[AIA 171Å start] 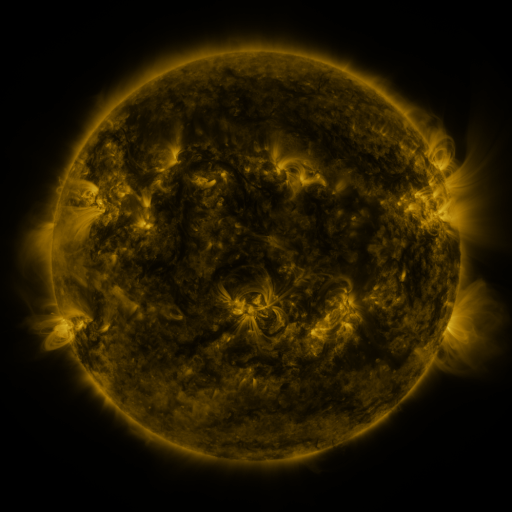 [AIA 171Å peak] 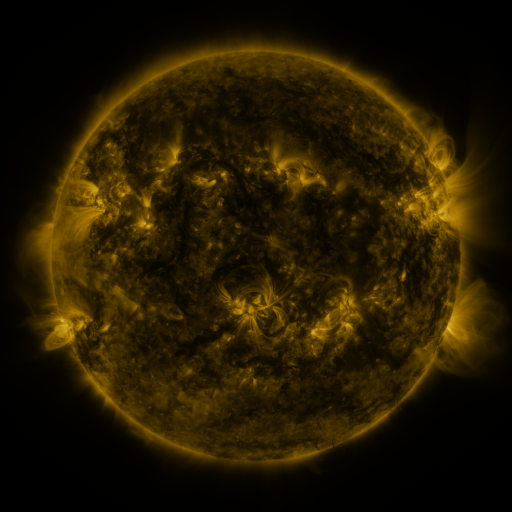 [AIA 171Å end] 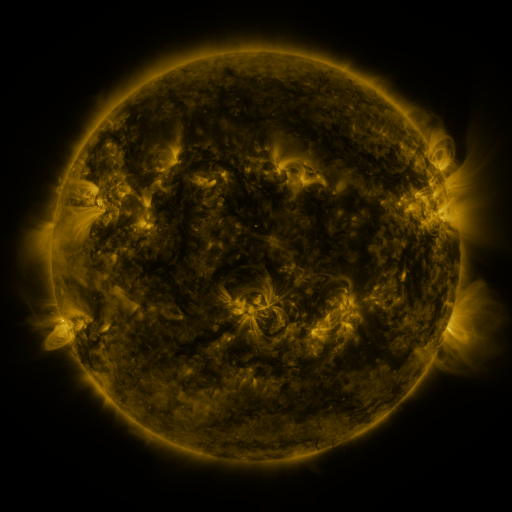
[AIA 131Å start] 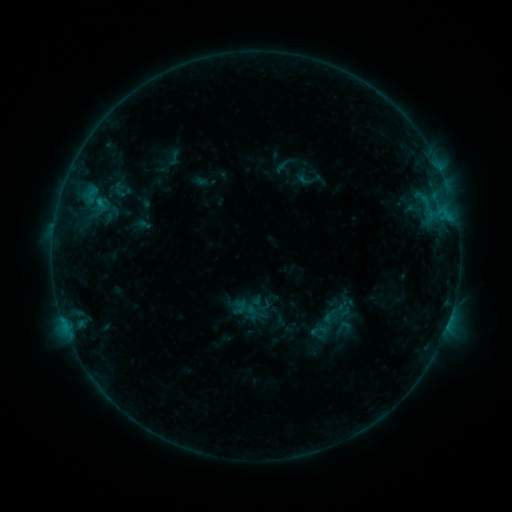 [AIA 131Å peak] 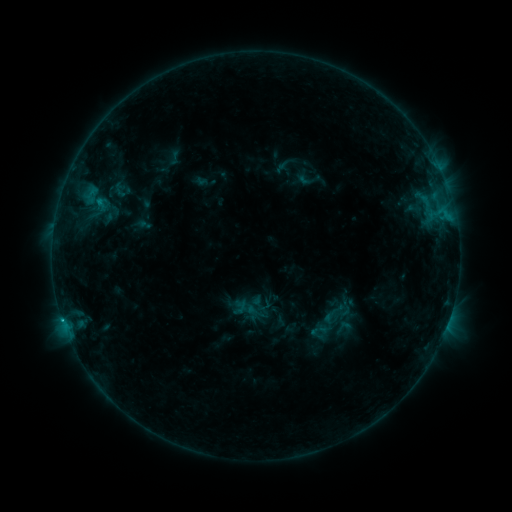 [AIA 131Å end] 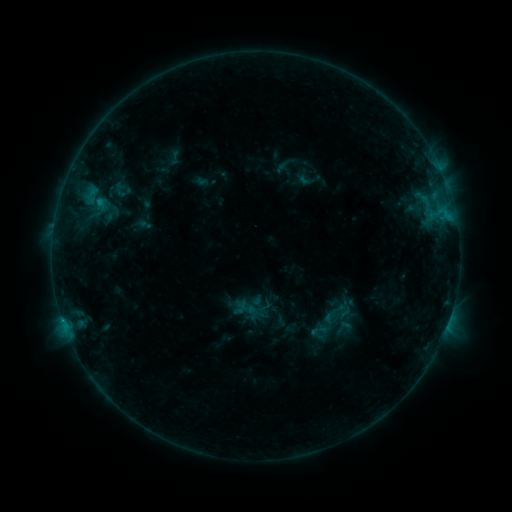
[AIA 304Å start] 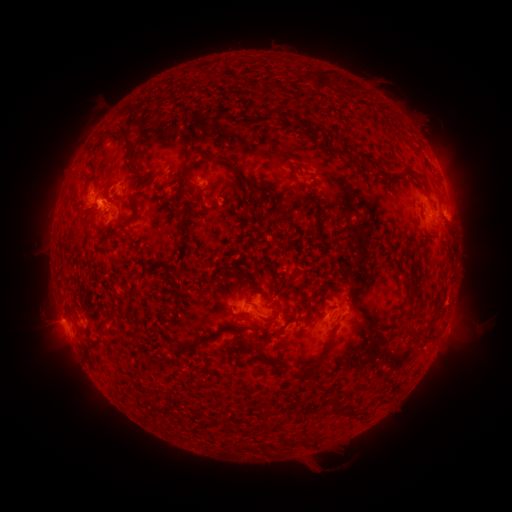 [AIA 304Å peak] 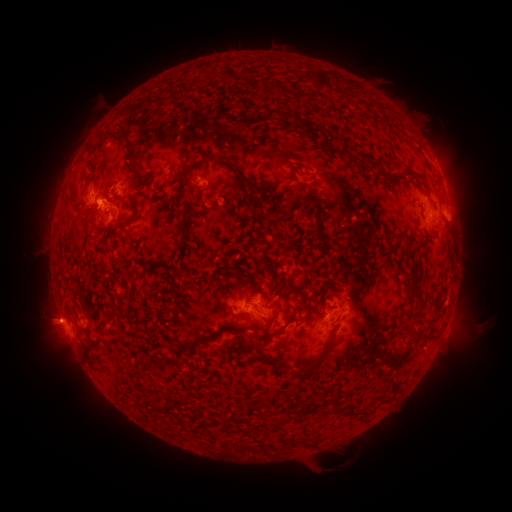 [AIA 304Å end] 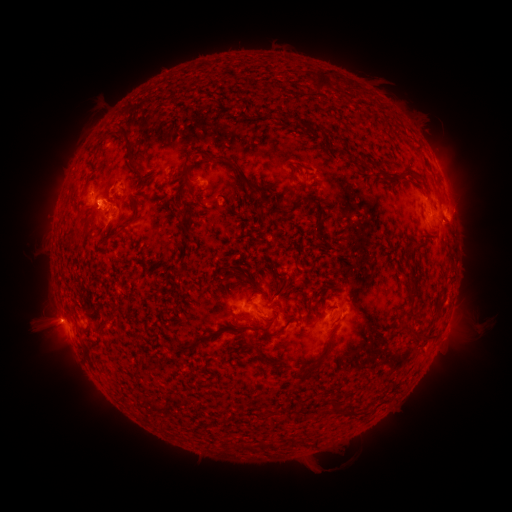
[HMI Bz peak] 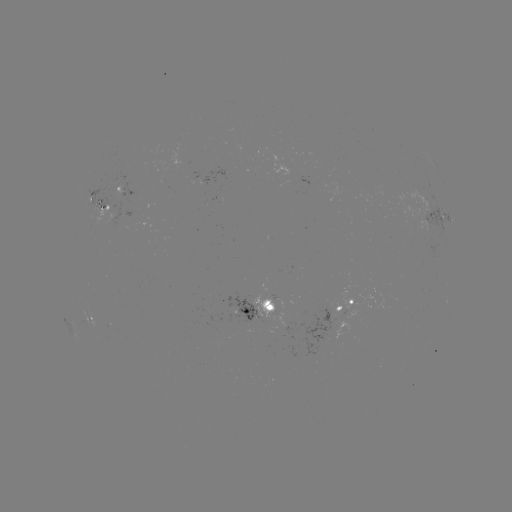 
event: eruption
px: (48, 320)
